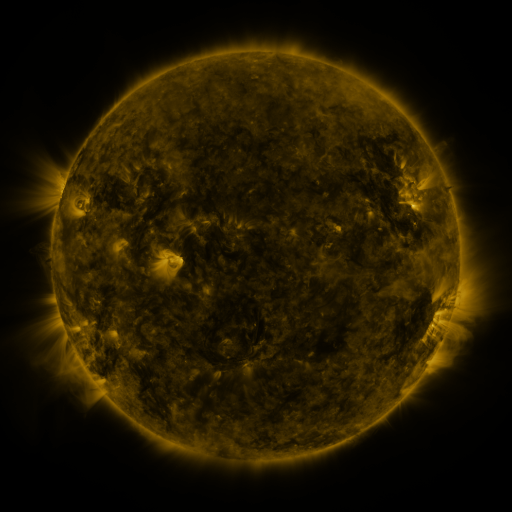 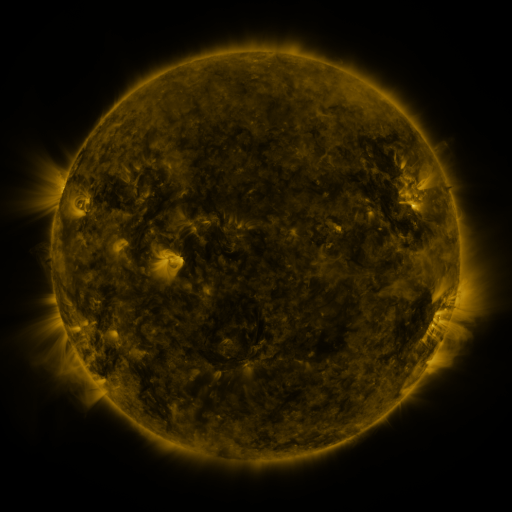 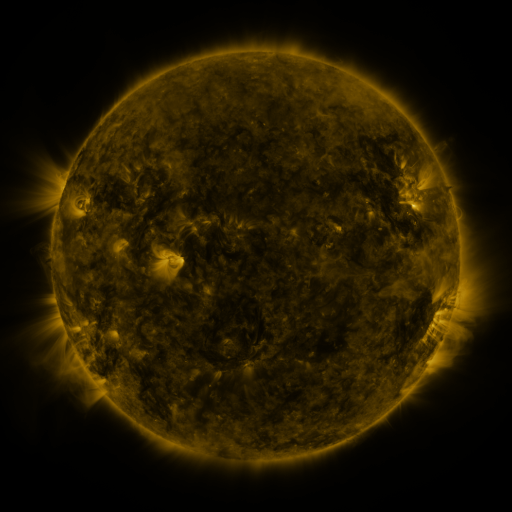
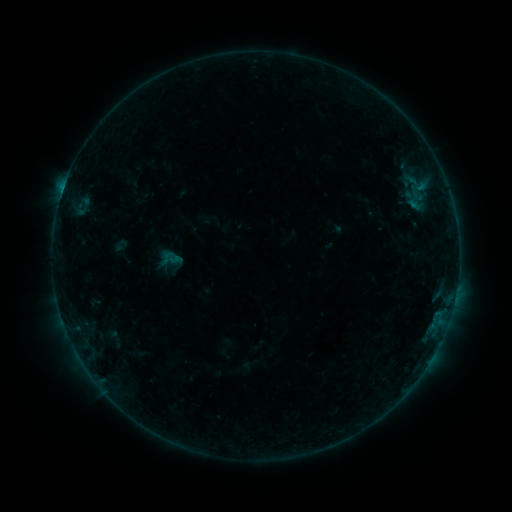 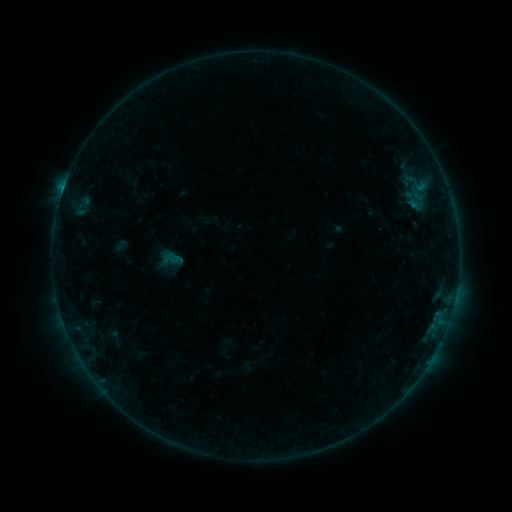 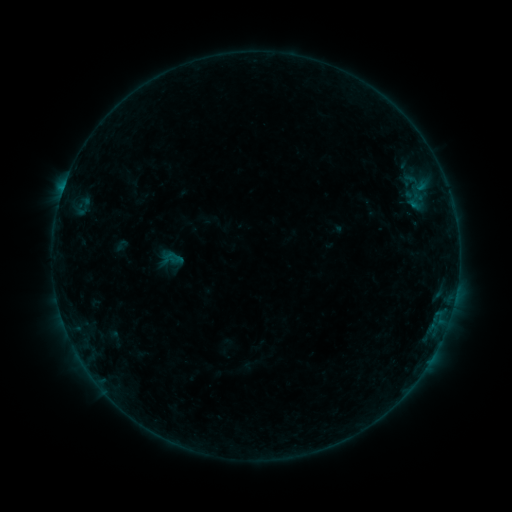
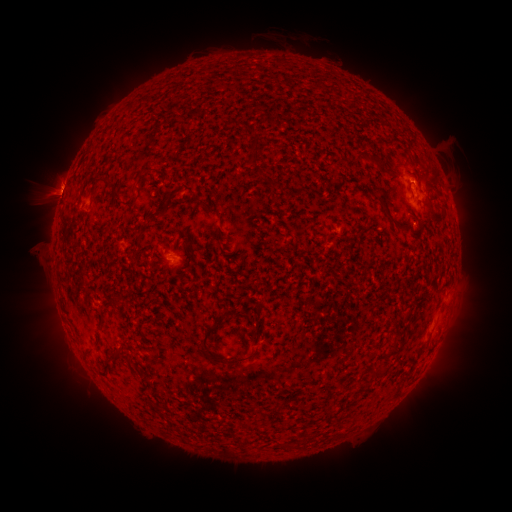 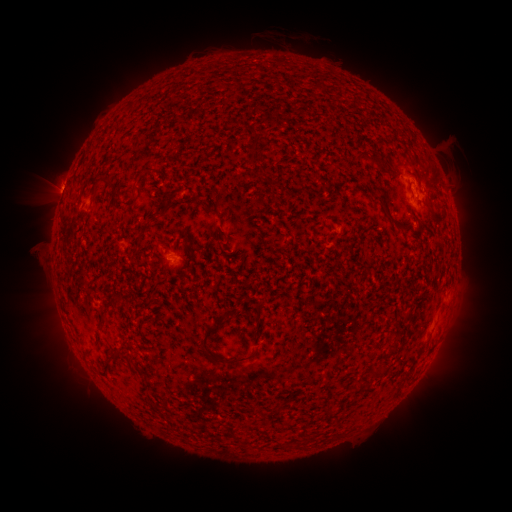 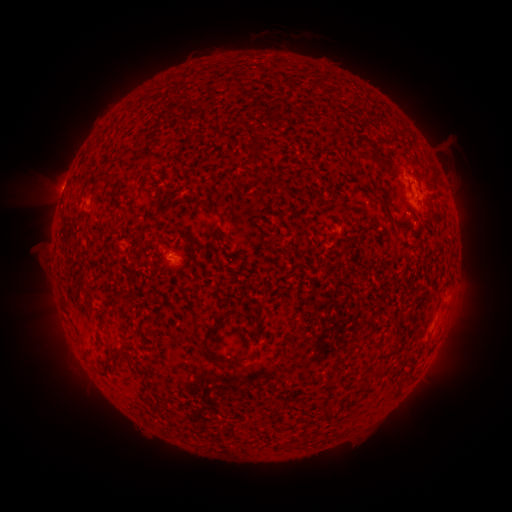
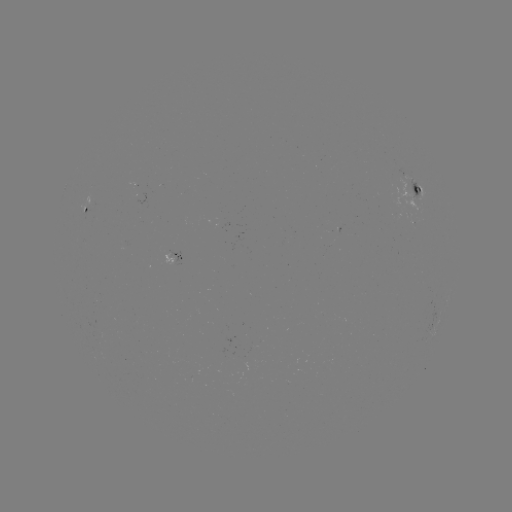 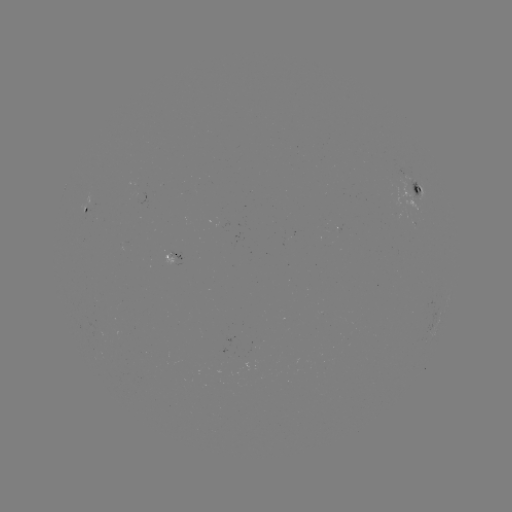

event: flare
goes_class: B3.8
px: (65, 188)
